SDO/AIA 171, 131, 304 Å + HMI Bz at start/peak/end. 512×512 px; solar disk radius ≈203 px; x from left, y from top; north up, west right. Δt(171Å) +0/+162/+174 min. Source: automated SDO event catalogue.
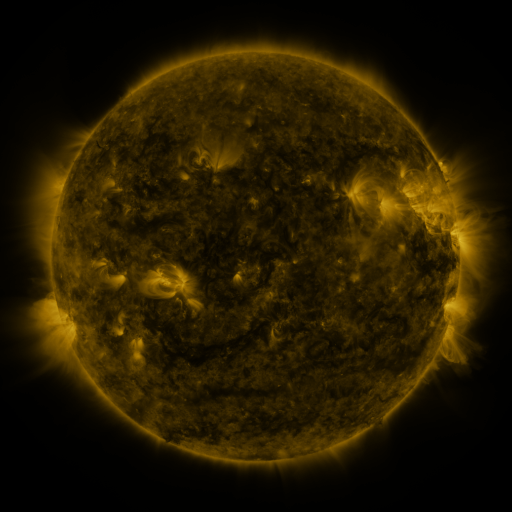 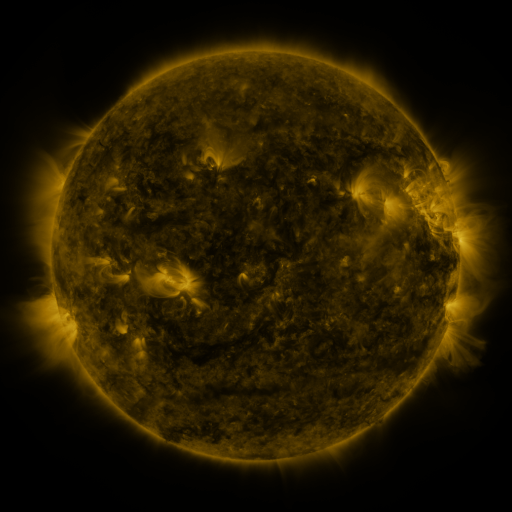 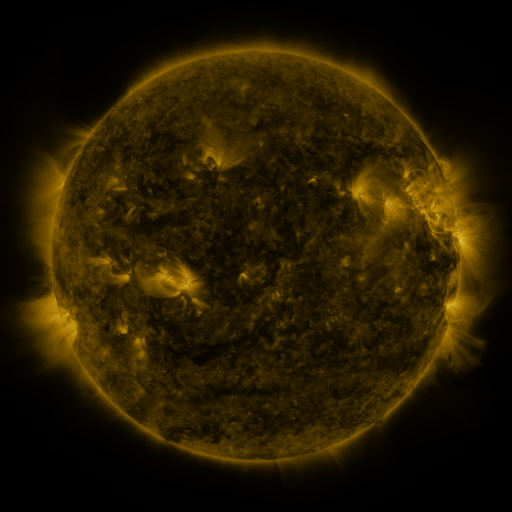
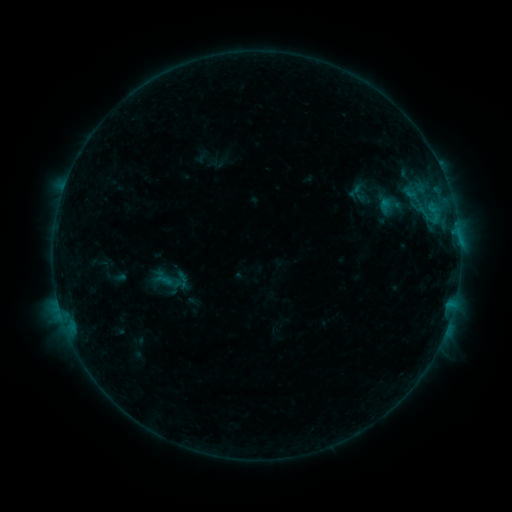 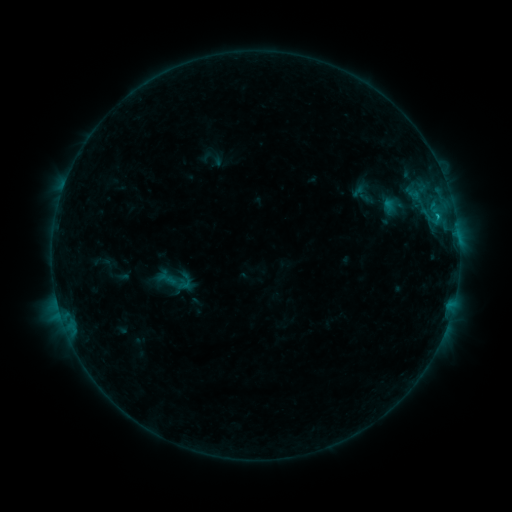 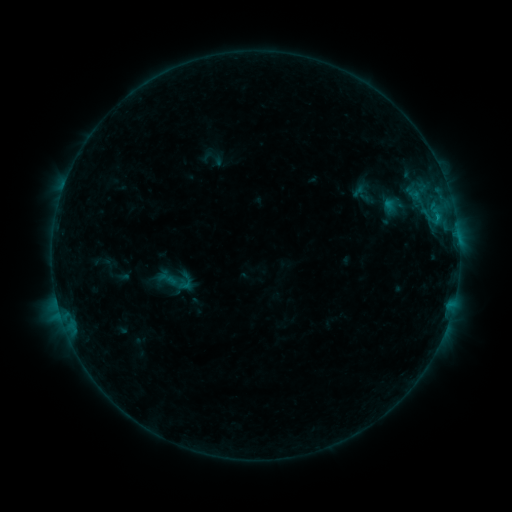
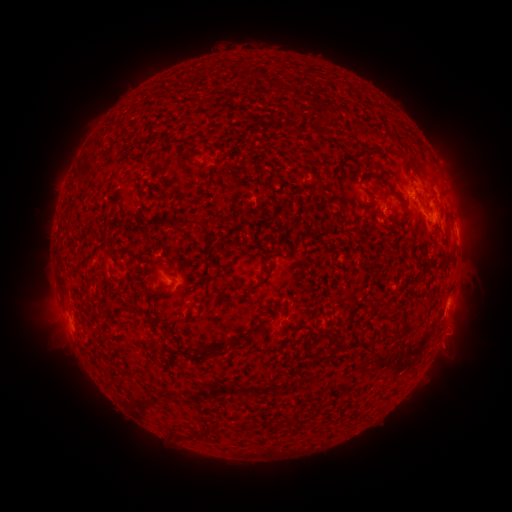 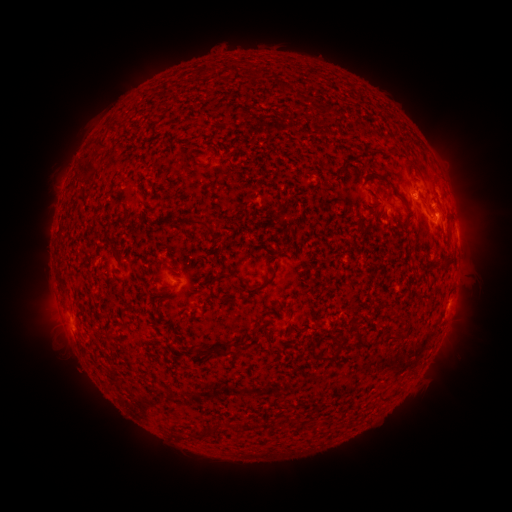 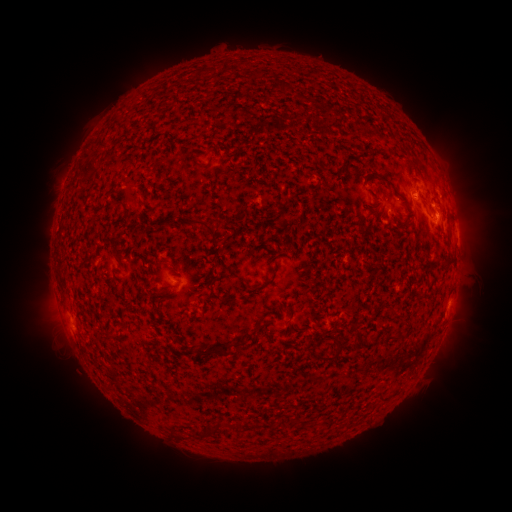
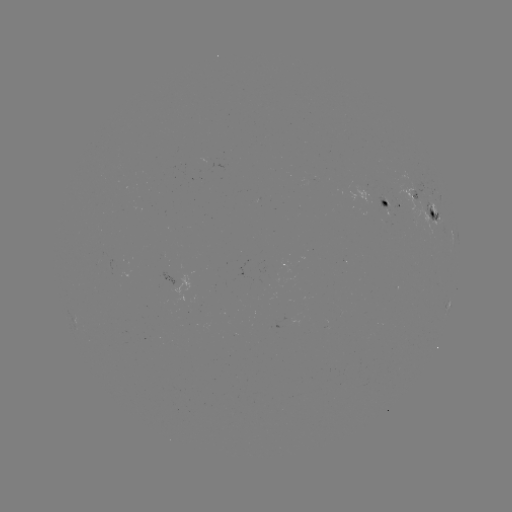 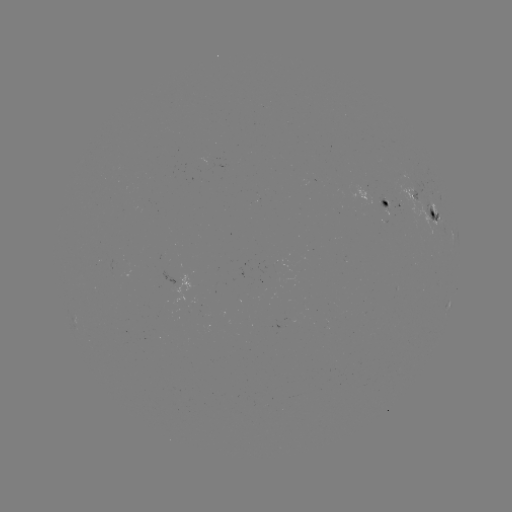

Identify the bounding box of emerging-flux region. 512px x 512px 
[368, 193, 388, 210].